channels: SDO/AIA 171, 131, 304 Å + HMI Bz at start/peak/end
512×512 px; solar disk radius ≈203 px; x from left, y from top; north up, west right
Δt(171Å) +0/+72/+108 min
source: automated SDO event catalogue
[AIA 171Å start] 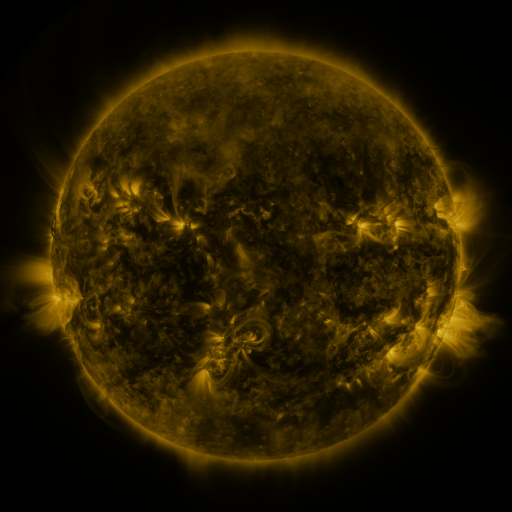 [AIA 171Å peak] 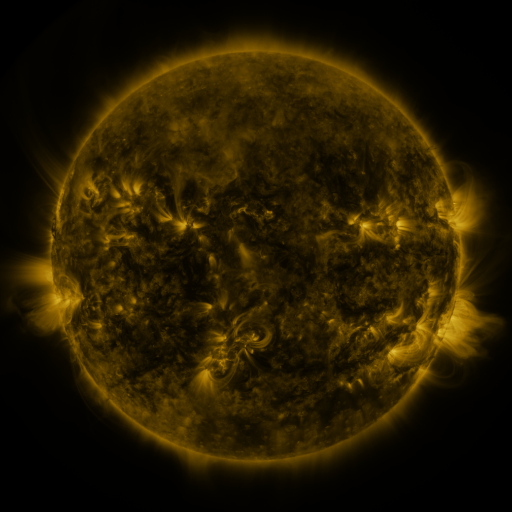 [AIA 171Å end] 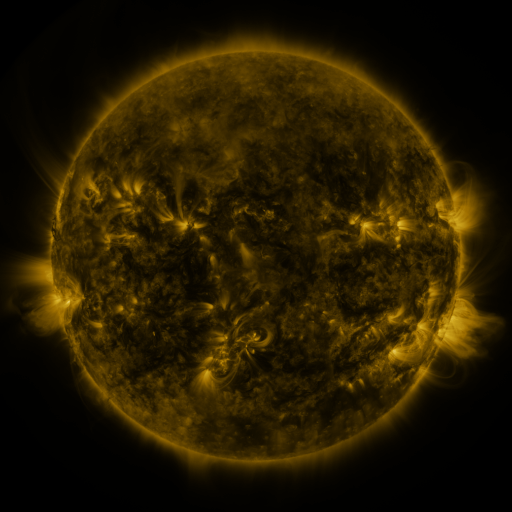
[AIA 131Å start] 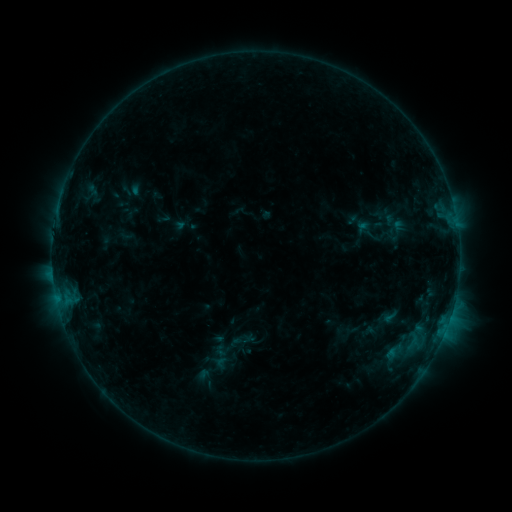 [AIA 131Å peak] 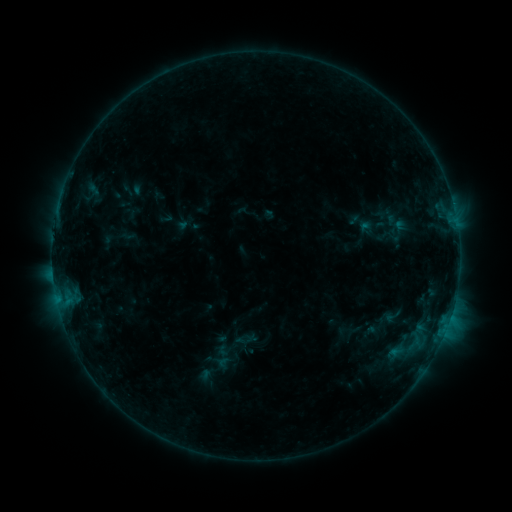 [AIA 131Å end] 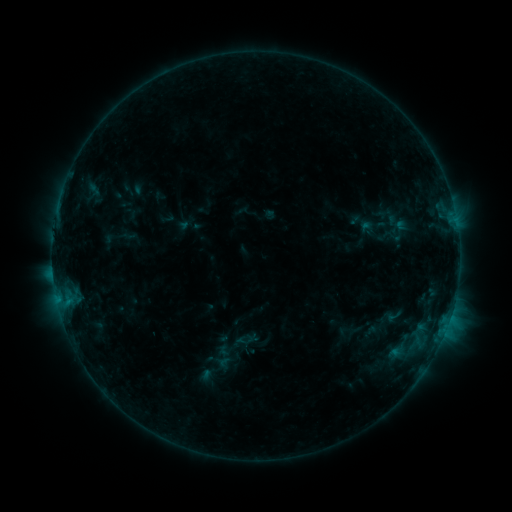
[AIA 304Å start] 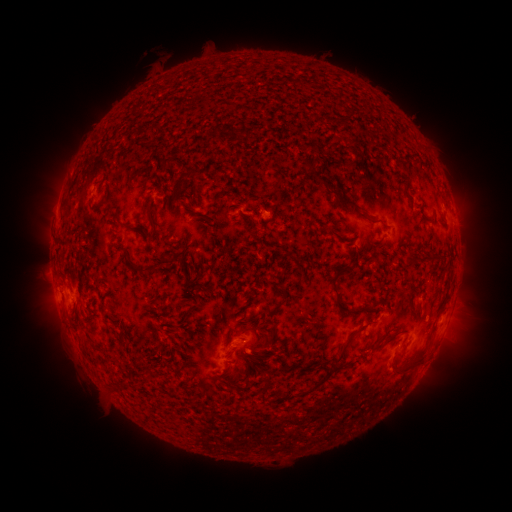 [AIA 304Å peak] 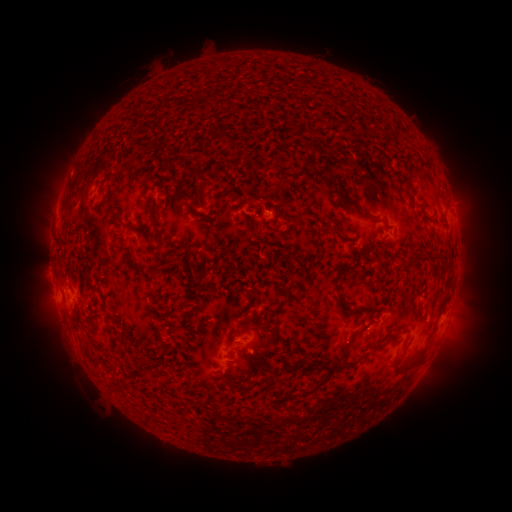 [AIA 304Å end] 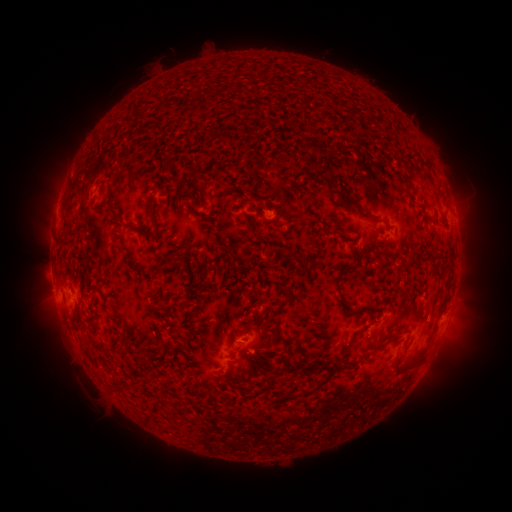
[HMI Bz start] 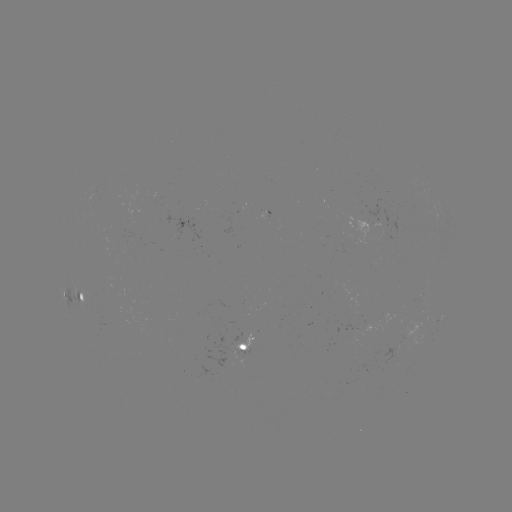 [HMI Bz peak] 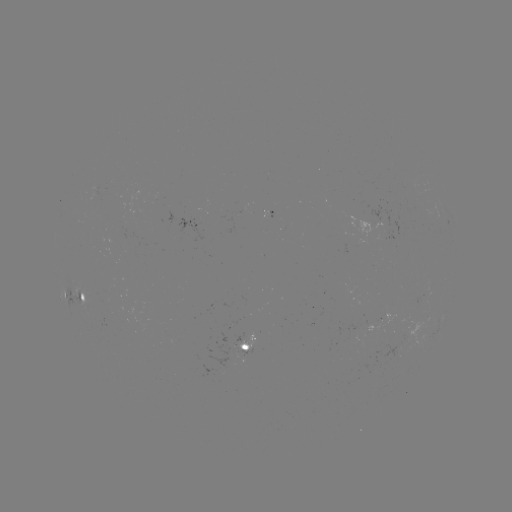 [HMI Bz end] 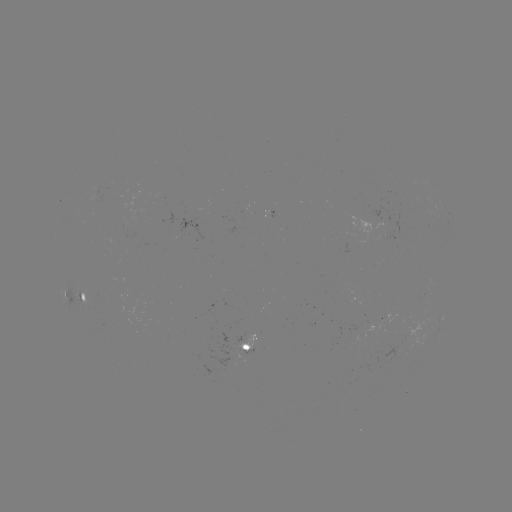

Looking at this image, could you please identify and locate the emerging-flux region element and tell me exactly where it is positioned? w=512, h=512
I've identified emerging-flux region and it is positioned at [129, 226].